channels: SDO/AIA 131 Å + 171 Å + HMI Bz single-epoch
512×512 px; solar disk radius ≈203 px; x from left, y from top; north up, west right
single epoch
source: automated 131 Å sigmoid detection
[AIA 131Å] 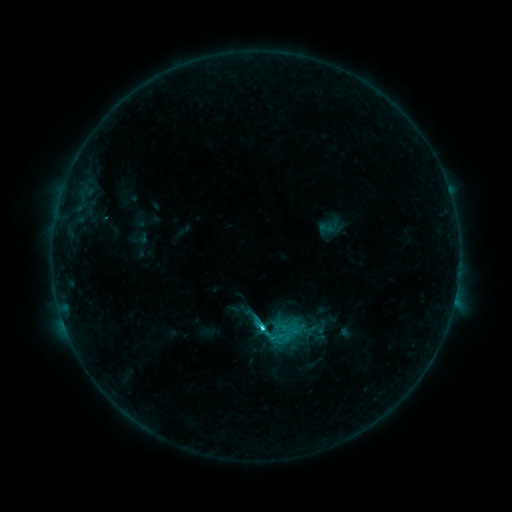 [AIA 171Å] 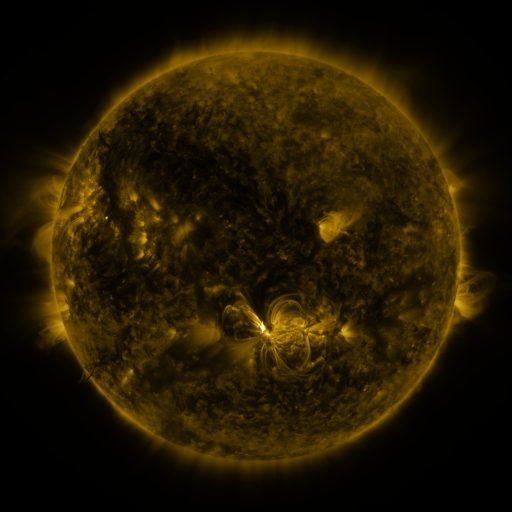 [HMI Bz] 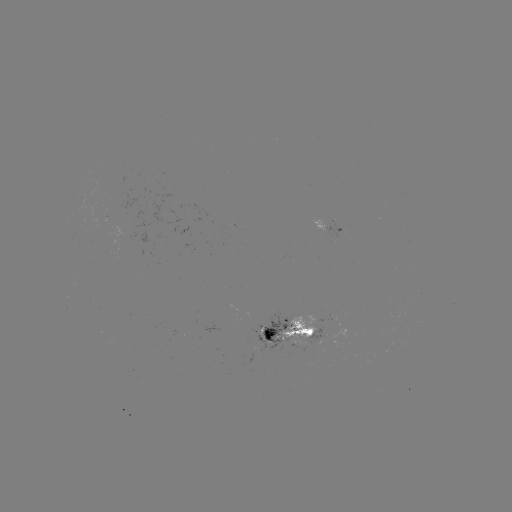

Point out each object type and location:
sigmoid: (327, 228)
sigmoid: (241, 316)
